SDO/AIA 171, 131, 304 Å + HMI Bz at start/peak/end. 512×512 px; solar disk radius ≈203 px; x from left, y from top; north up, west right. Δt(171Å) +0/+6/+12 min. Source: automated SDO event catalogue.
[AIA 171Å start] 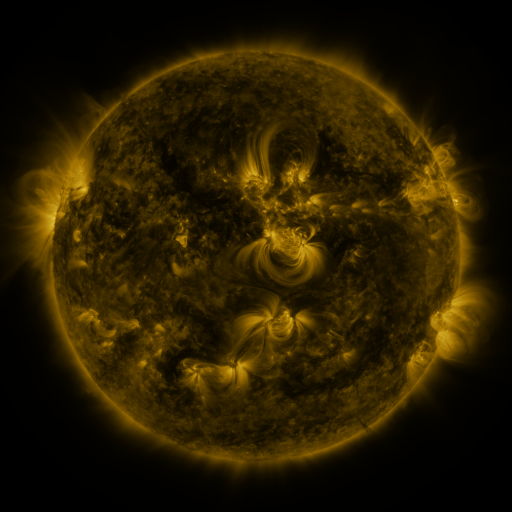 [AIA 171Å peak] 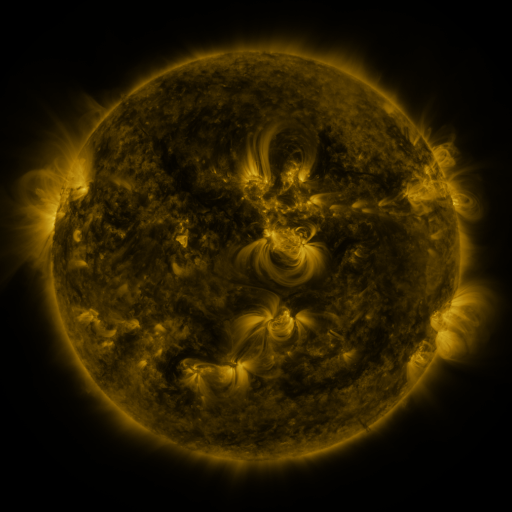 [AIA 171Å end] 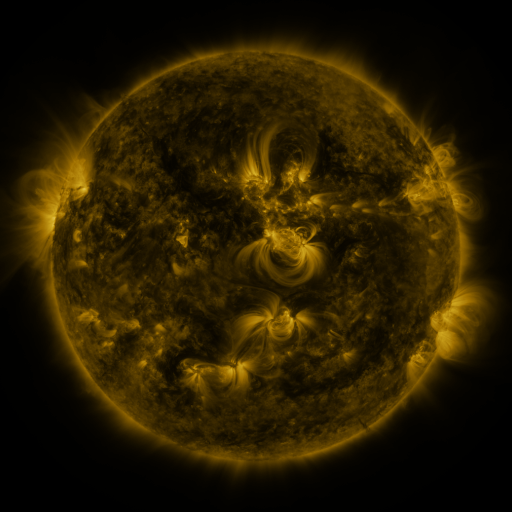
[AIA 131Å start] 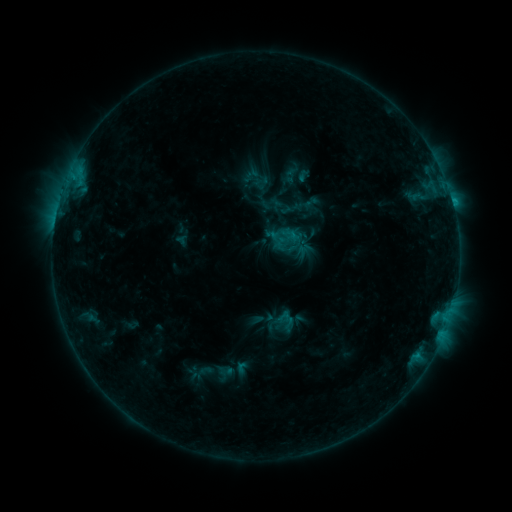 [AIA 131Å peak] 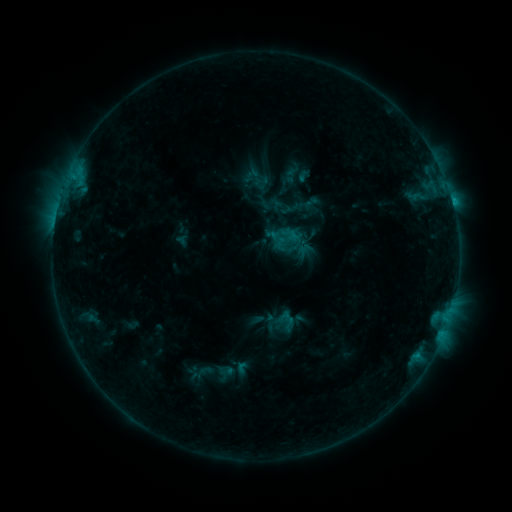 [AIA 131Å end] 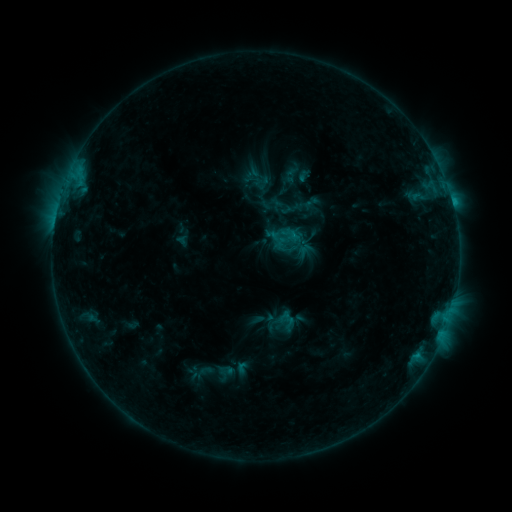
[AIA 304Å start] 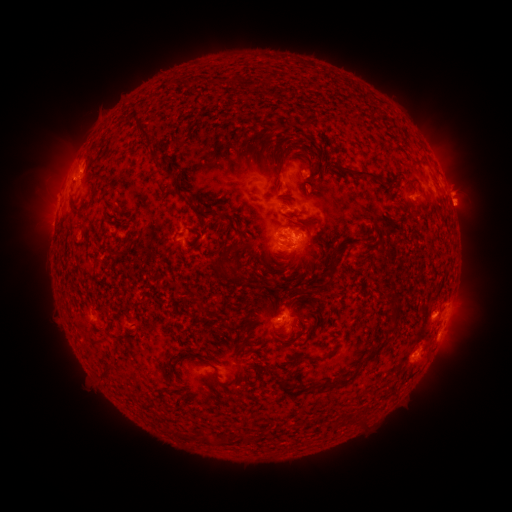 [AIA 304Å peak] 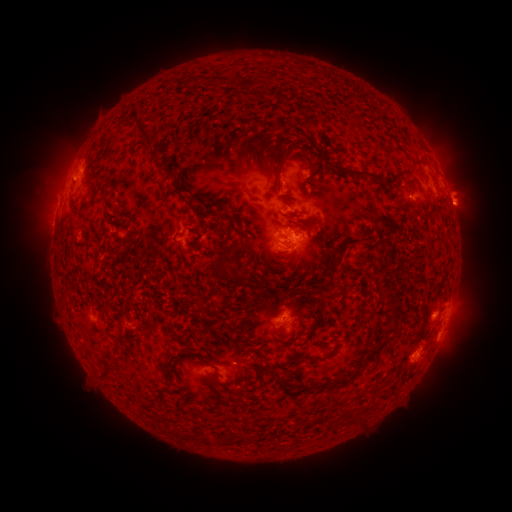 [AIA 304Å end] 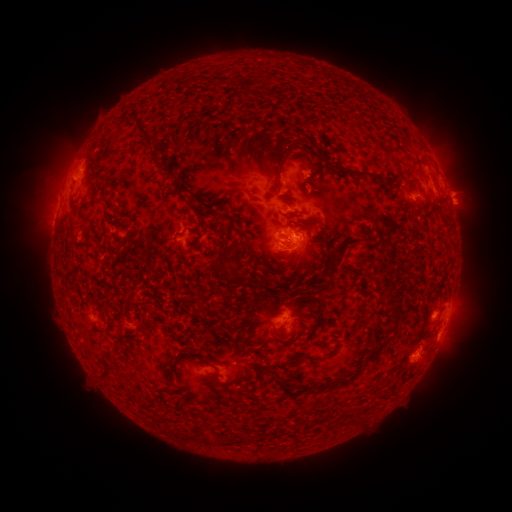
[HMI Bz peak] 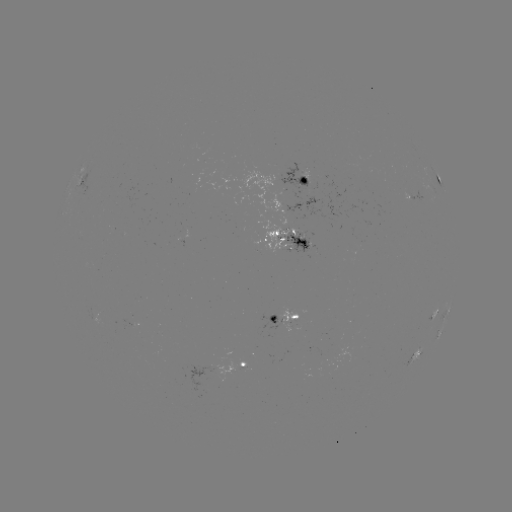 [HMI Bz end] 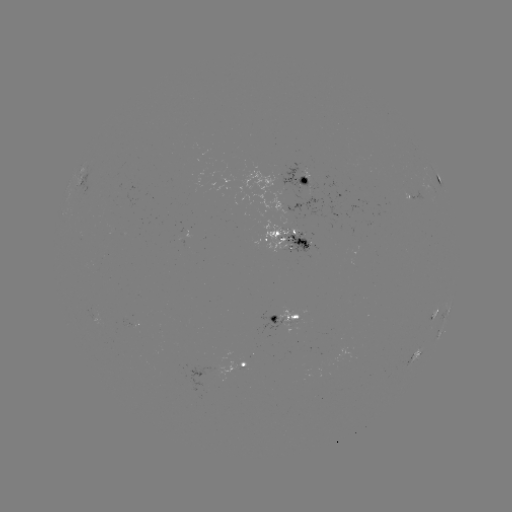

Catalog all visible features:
eruption: (463, 205)
